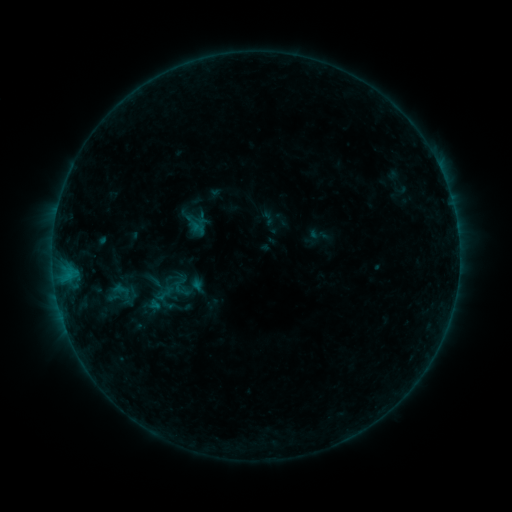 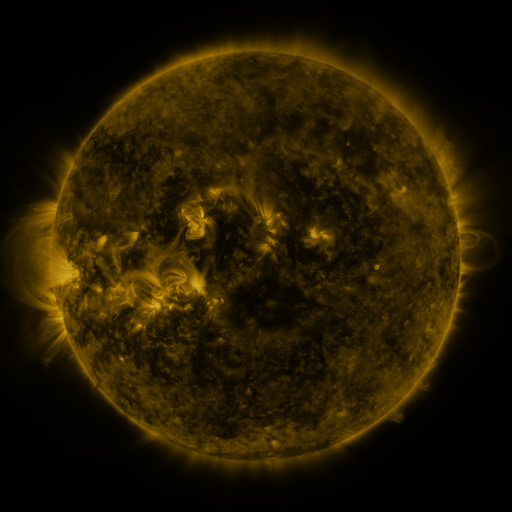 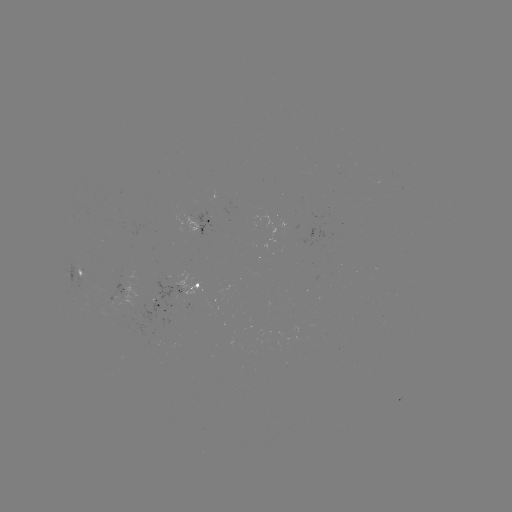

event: sigmoid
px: (118, 293)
